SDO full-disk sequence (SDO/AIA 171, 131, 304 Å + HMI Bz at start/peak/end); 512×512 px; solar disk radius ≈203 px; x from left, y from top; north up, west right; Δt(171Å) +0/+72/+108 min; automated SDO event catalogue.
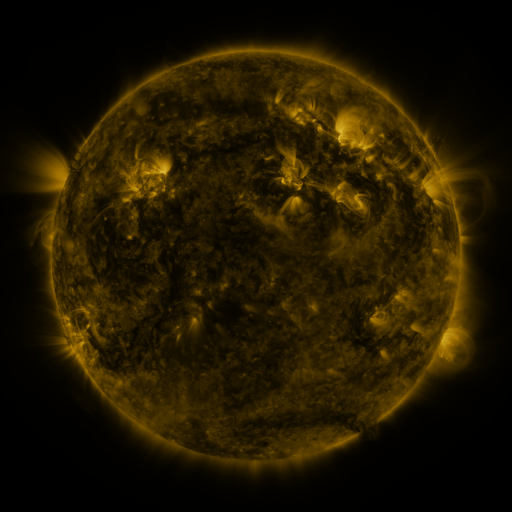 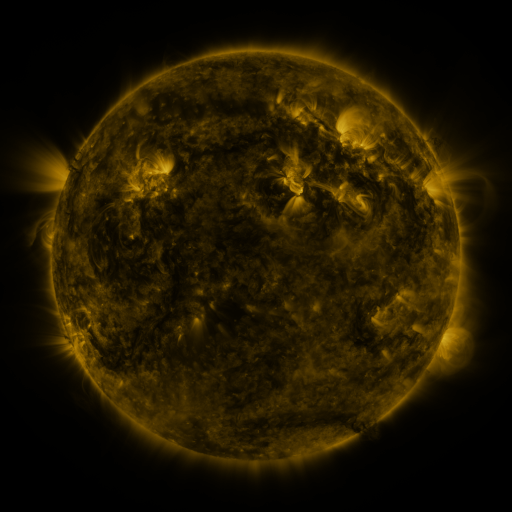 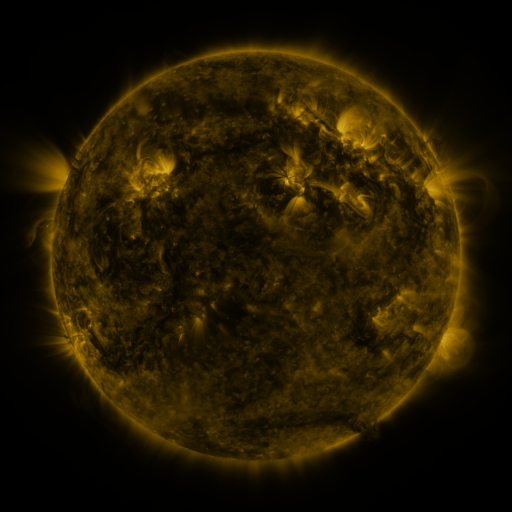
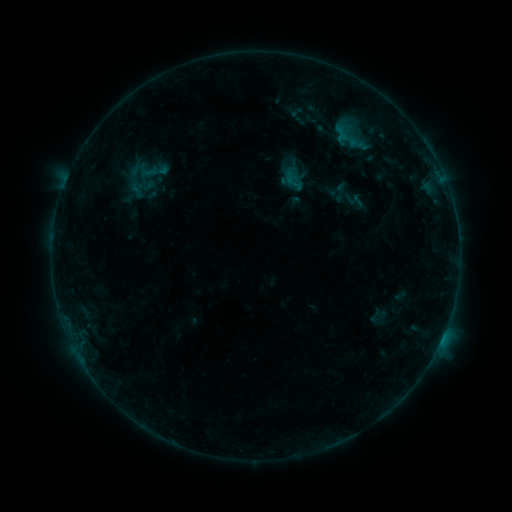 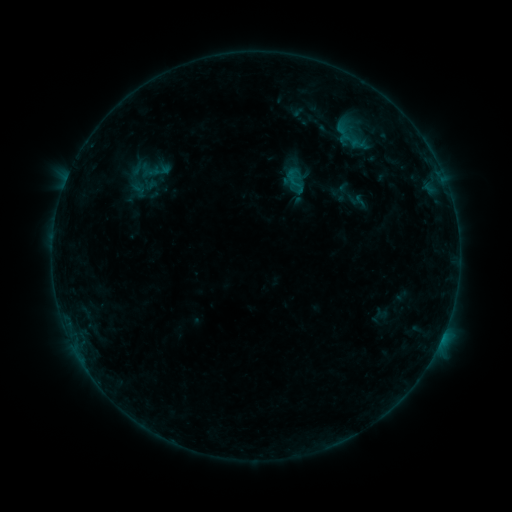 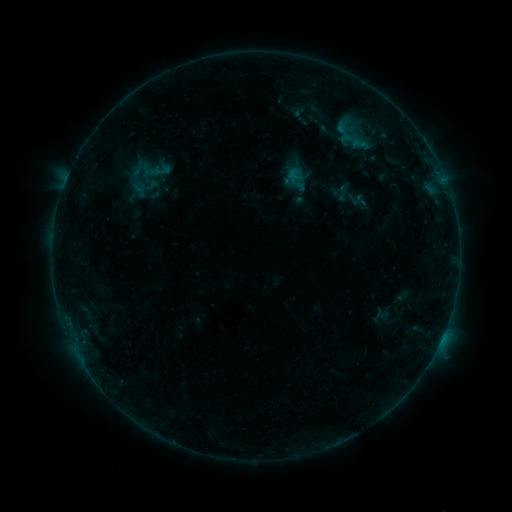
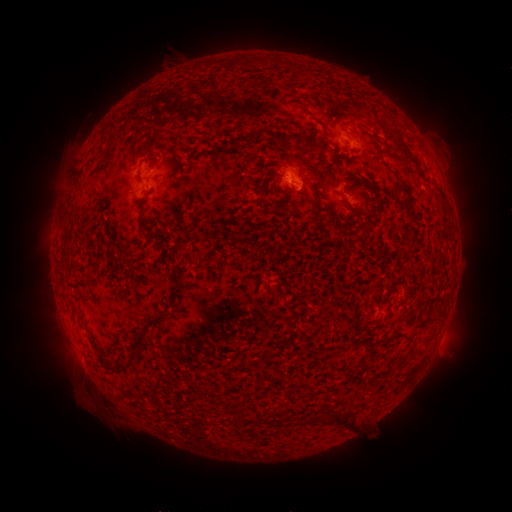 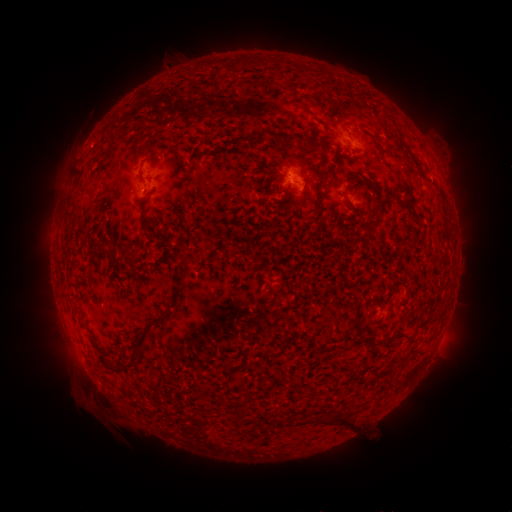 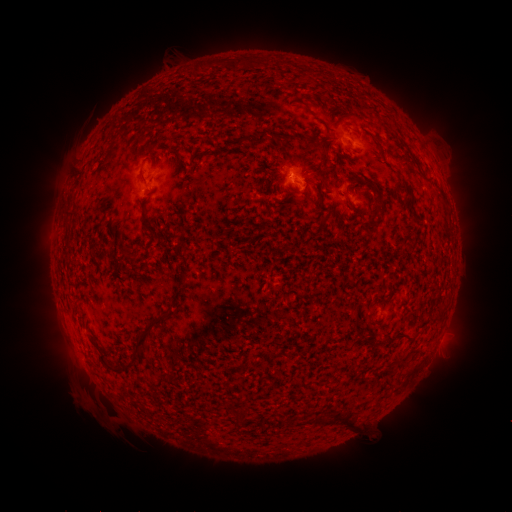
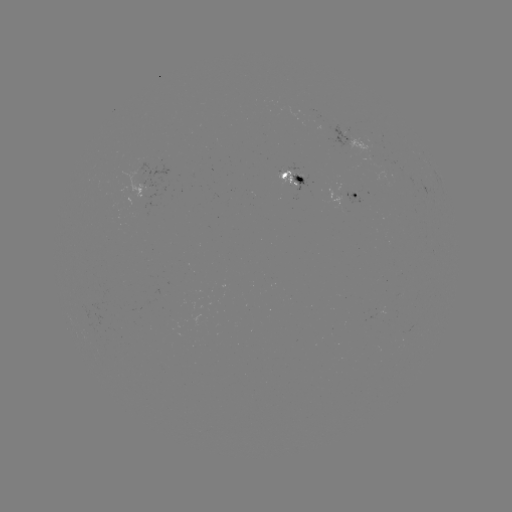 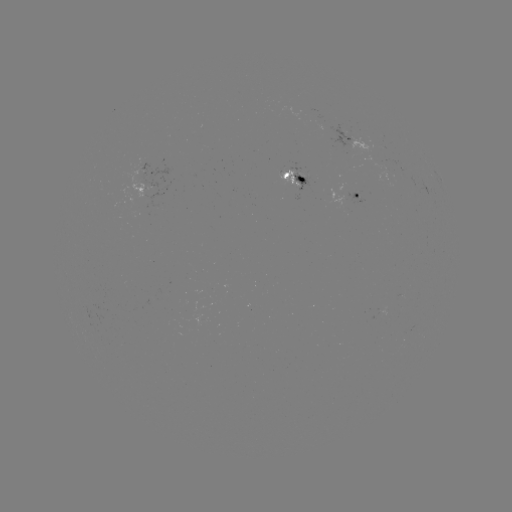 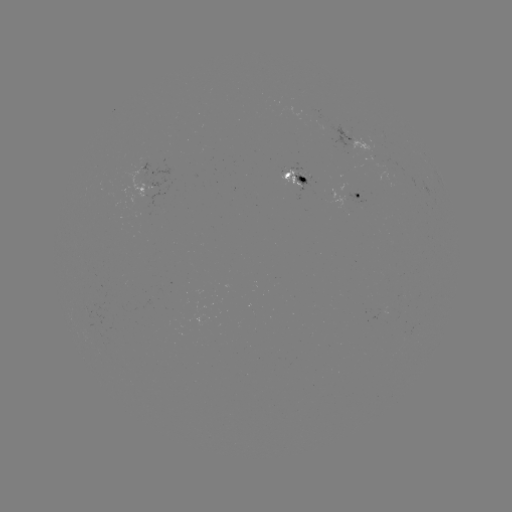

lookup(emerging-flux region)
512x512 393,168